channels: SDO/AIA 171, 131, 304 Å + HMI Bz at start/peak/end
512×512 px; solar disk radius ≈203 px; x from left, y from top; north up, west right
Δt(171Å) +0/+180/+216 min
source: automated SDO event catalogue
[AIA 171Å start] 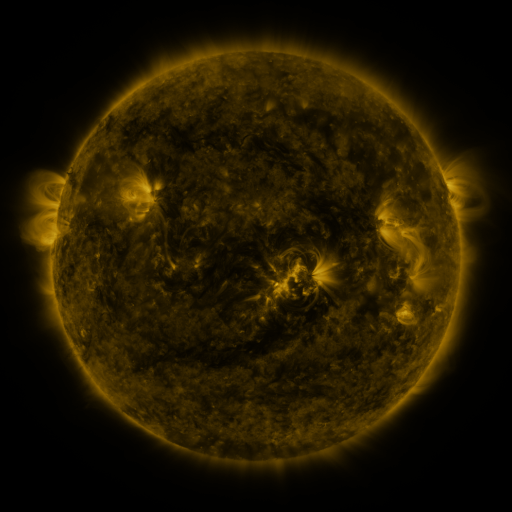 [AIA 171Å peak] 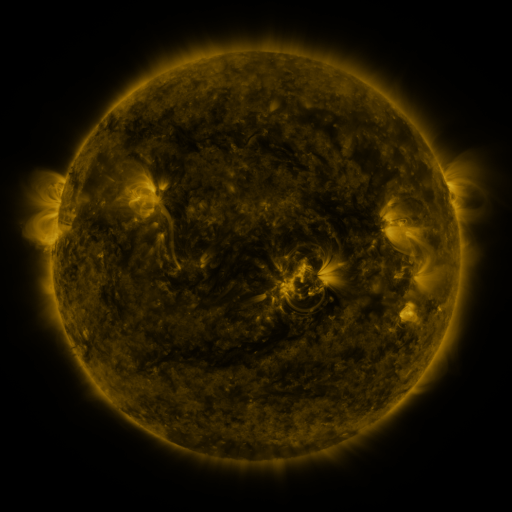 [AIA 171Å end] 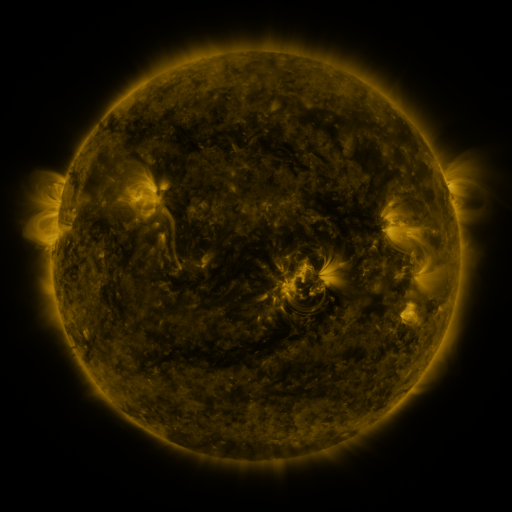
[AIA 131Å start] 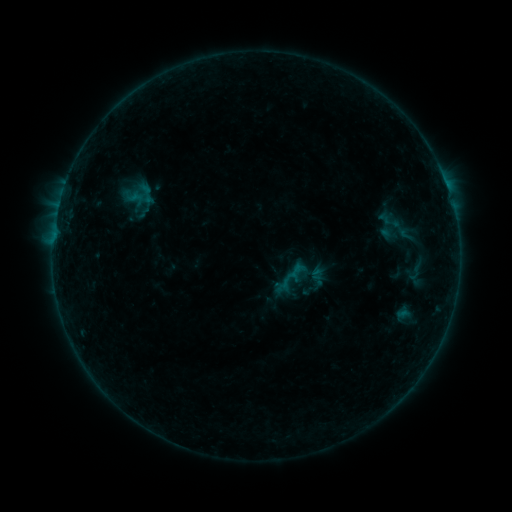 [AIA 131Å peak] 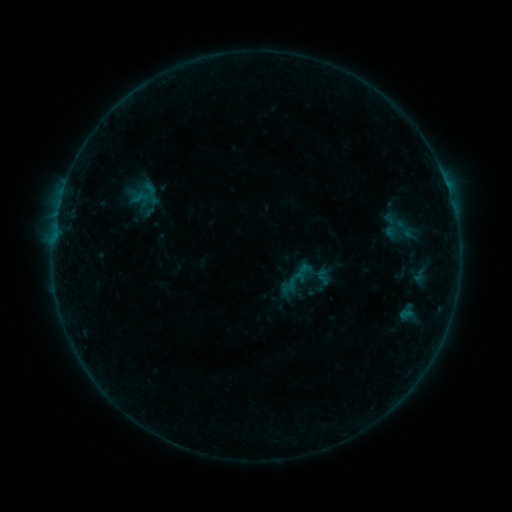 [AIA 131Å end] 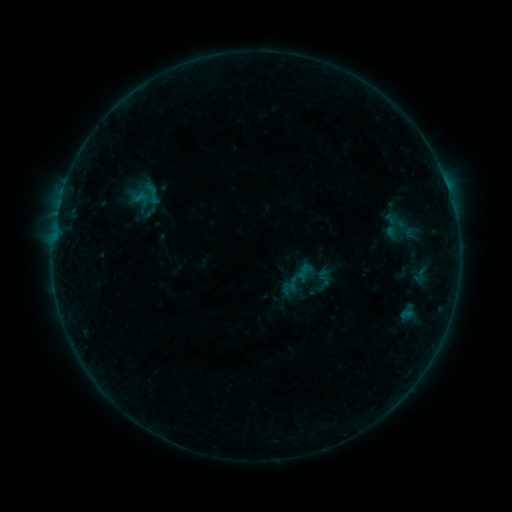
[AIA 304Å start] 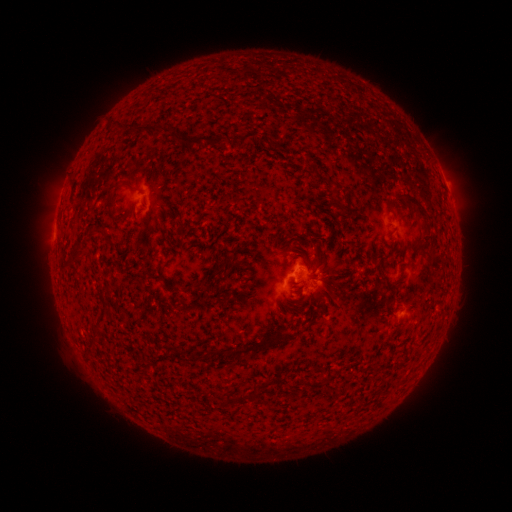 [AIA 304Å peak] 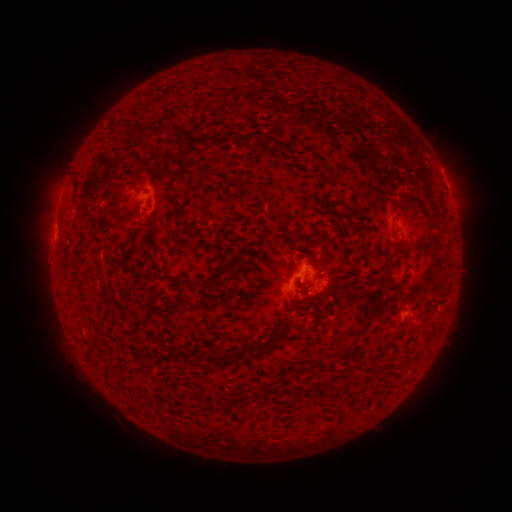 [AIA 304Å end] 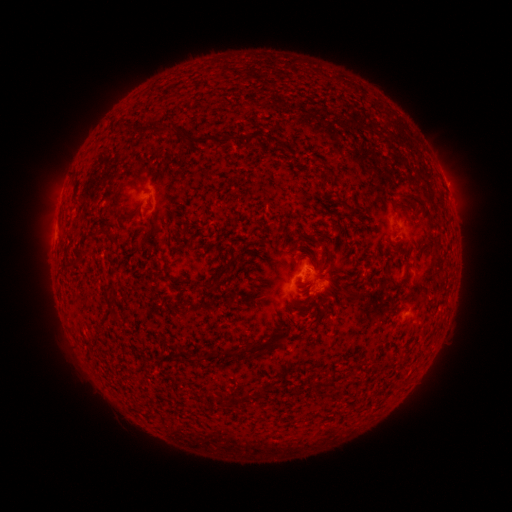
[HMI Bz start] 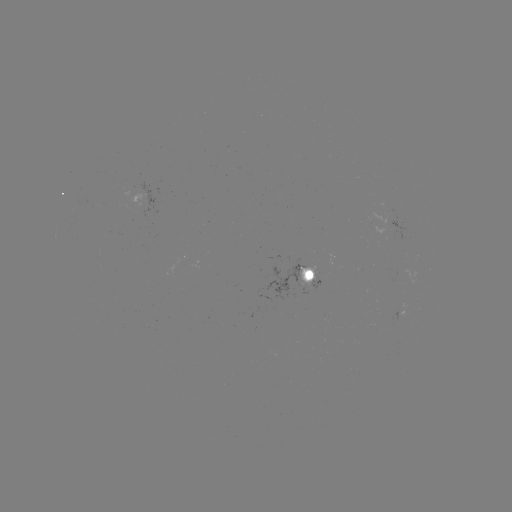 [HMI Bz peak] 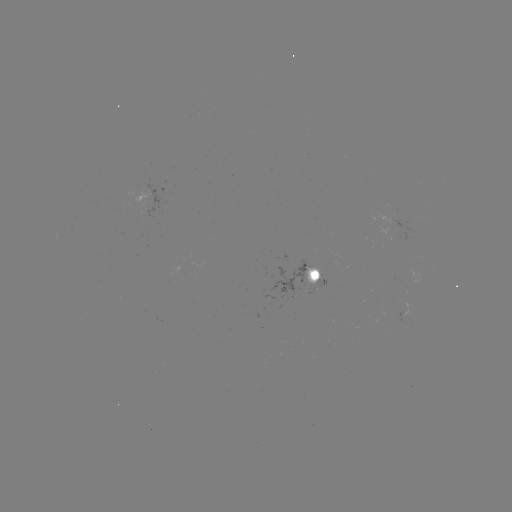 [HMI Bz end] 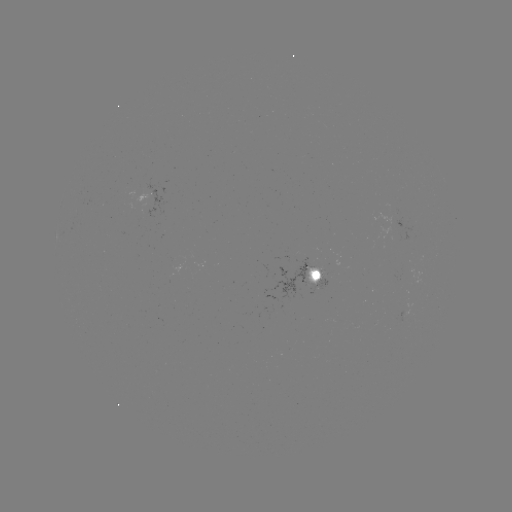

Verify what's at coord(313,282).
emerging-flux region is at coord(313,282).